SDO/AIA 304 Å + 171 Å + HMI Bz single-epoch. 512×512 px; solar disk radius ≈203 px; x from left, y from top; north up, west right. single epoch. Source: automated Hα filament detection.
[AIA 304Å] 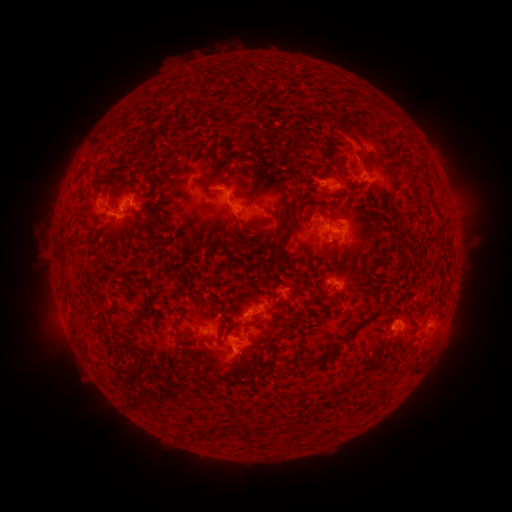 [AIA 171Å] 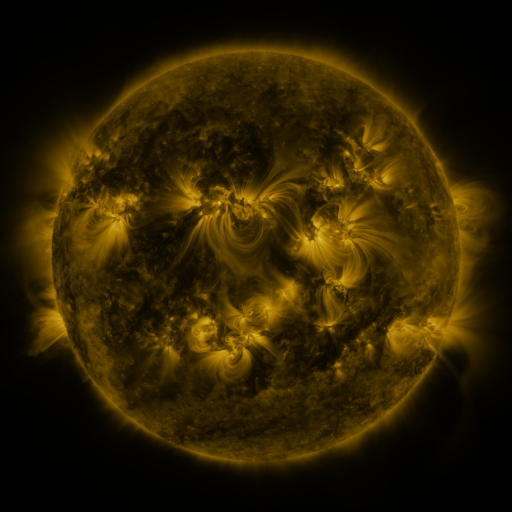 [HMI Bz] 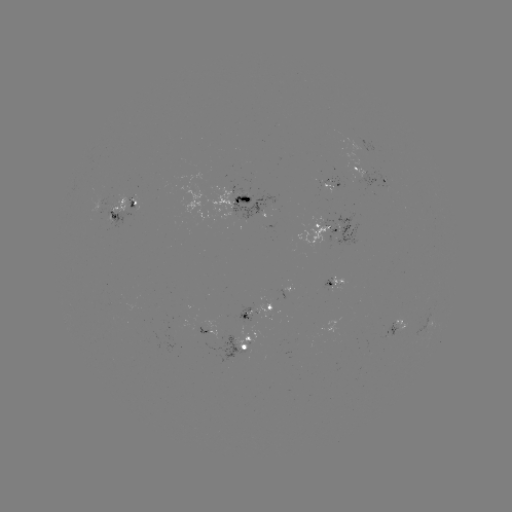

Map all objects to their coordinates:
filament: (362, 101)
filament: (352, 135)
filament: (136, 156)
filament: (241, 159)
filament: (260, 160)
filament: (389, 171)
filament: (97, 184)
filament: (114, 194)
filament: (134, 212)
filament: (261, 217)
filament: (158, 225)
filament: (286, 226)
filament: (64, 269)
filament: (254, 296)
filament: (322, 297)
filament: (378, 309)
filament: (219, 310)
filament: (135, 323)
filament: (176, 326)
filament: (358, 326)
filament: (302, 341)
filament: (274, 346)
filament: (300, 359)
filament: (413, 366)
filament: (215, 427)
filament: (232, 430)
